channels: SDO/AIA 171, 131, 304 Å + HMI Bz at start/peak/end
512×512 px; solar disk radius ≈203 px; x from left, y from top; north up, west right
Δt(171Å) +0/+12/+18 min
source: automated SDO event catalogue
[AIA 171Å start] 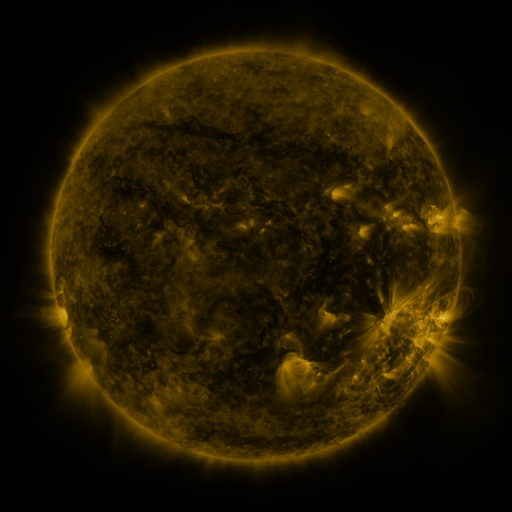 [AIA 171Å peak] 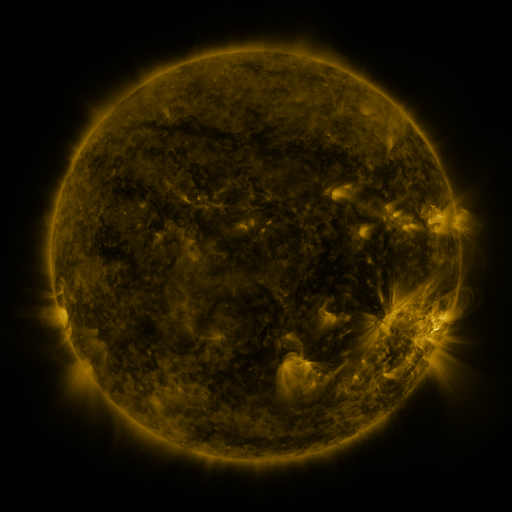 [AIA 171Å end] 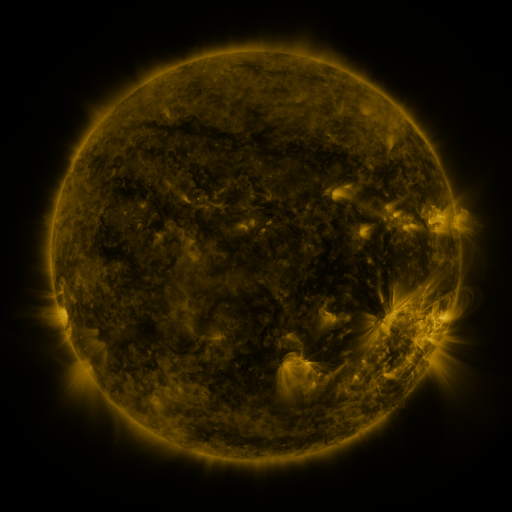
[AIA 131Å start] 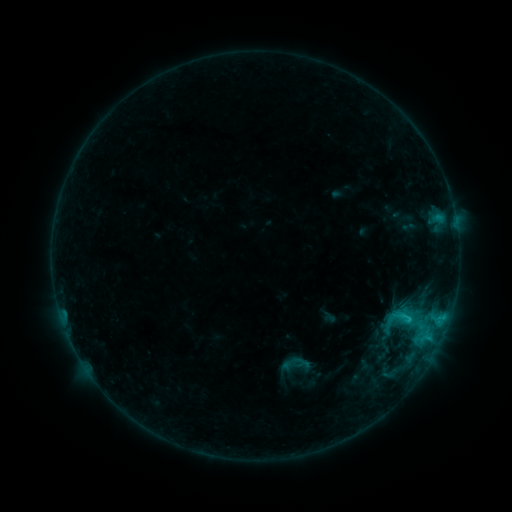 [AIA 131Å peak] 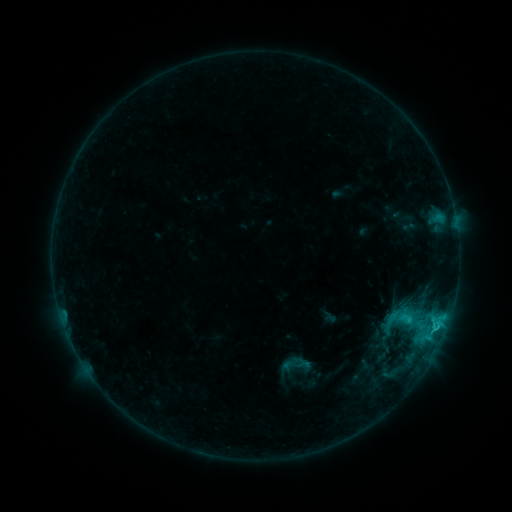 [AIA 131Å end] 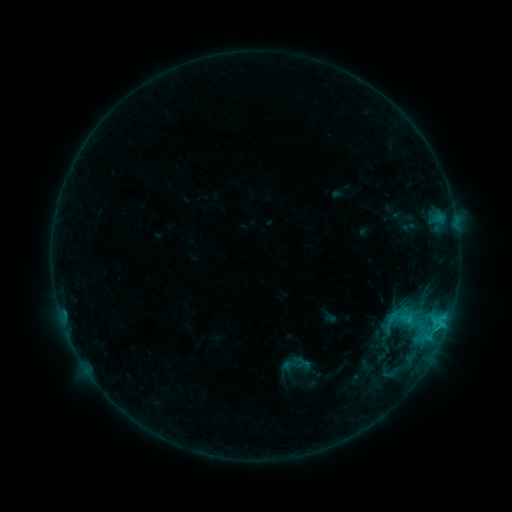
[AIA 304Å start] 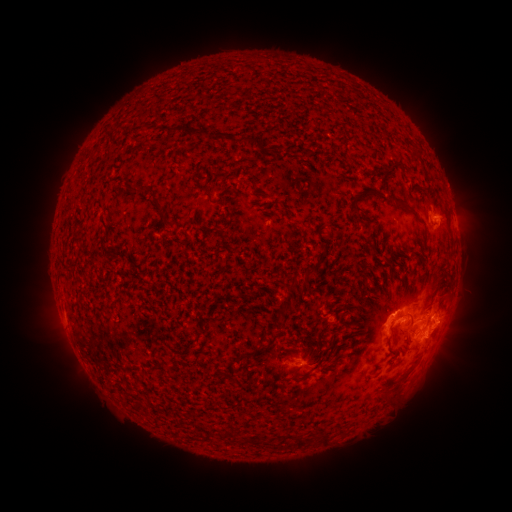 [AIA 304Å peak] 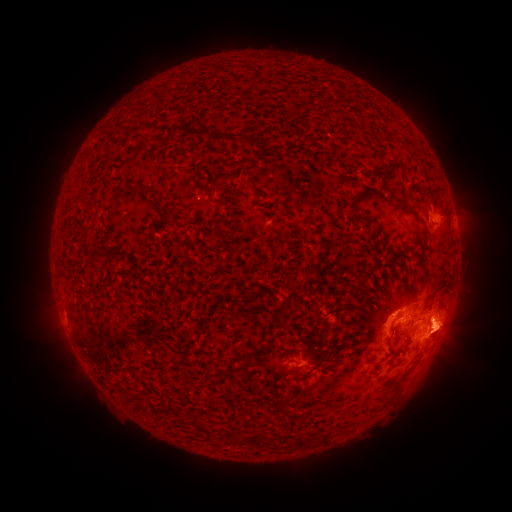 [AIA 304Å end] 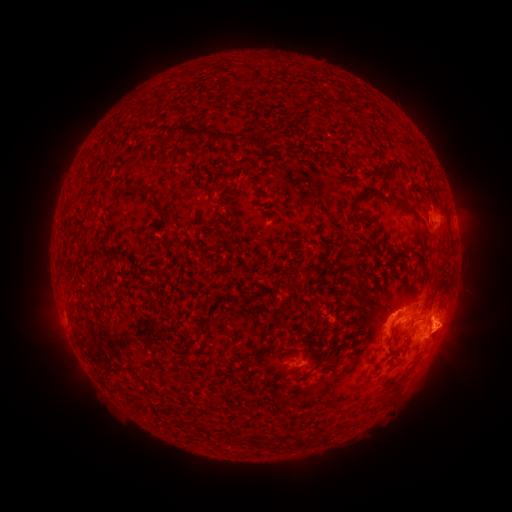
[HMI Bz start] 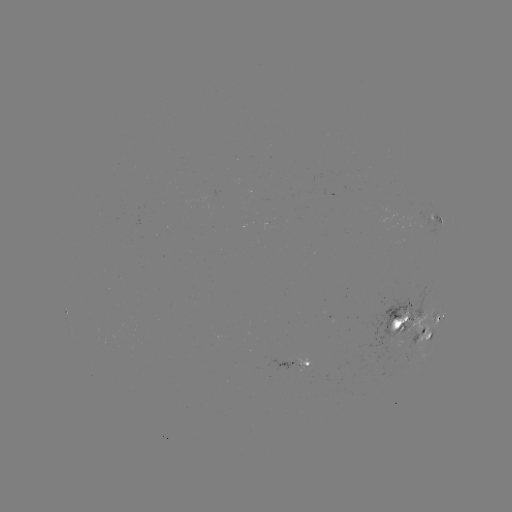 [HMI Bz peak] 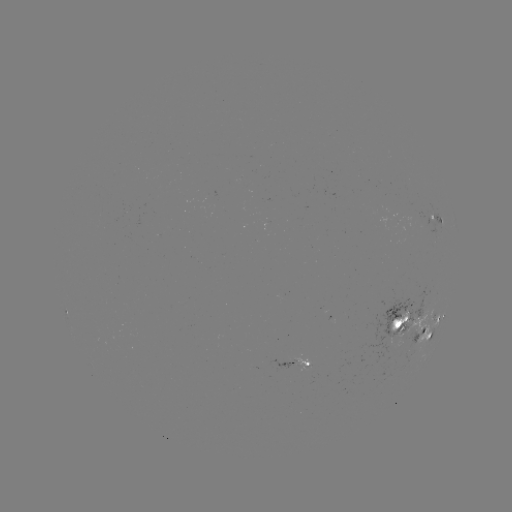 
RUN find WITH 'eruption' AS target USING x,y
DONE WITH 453,328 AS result